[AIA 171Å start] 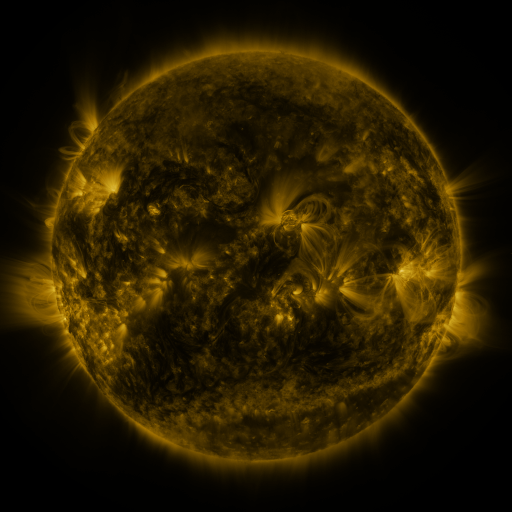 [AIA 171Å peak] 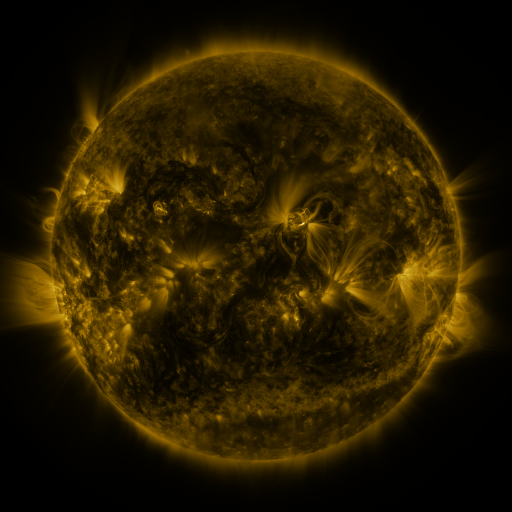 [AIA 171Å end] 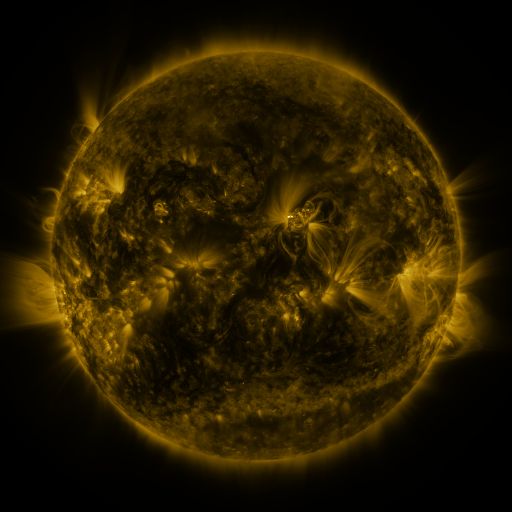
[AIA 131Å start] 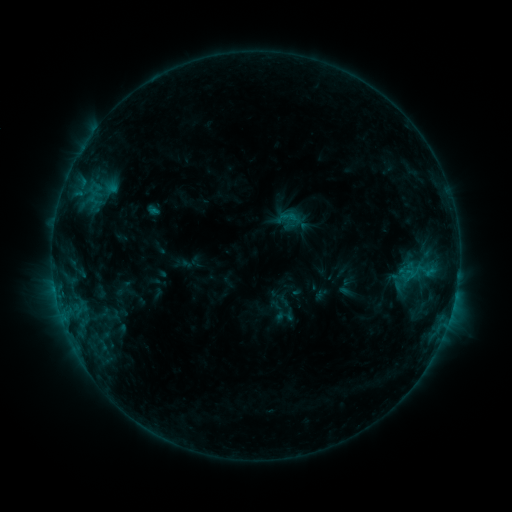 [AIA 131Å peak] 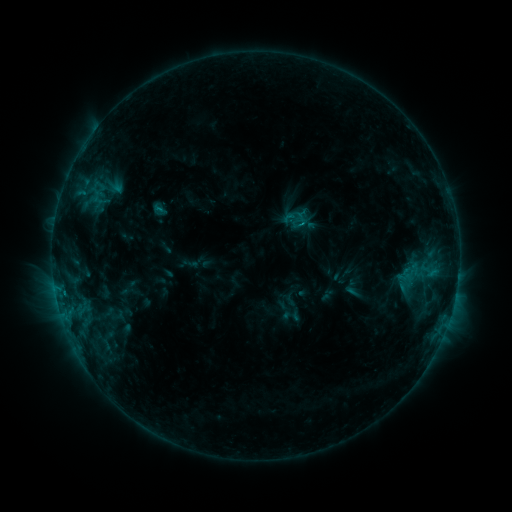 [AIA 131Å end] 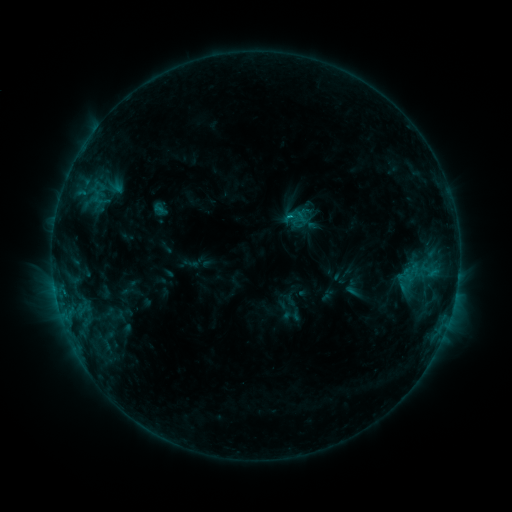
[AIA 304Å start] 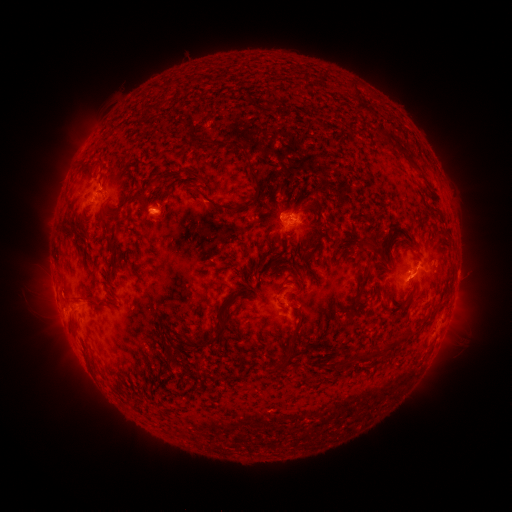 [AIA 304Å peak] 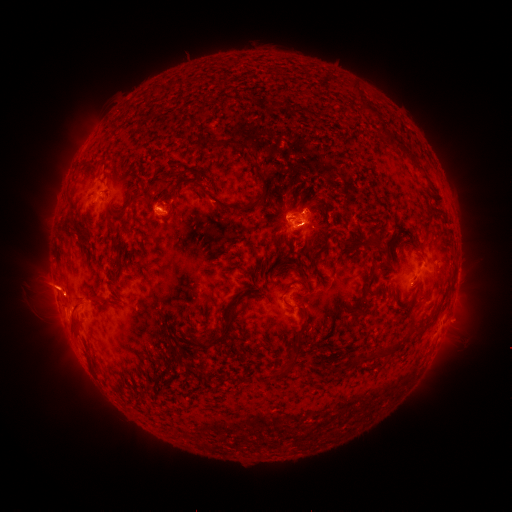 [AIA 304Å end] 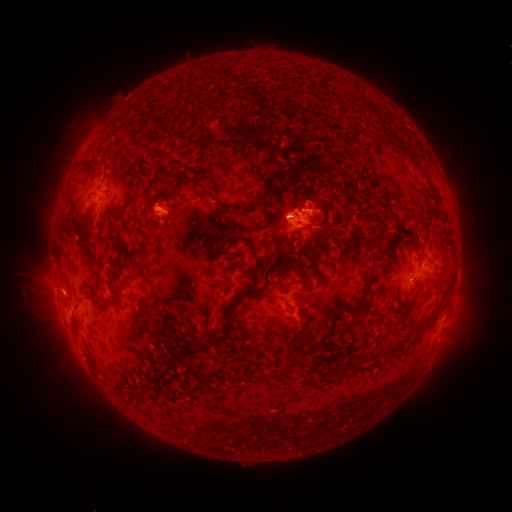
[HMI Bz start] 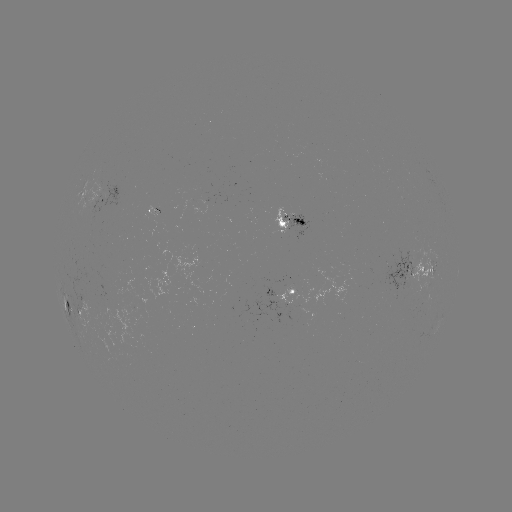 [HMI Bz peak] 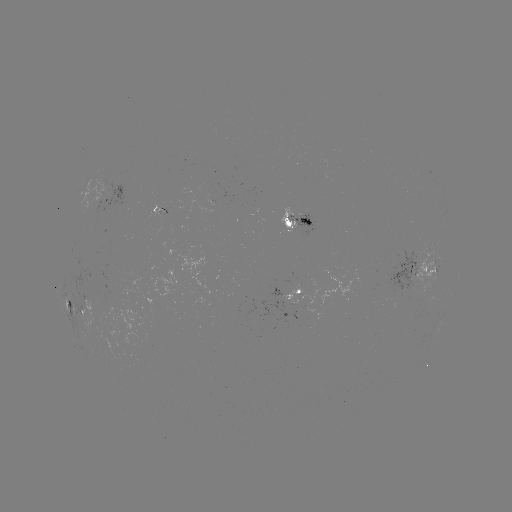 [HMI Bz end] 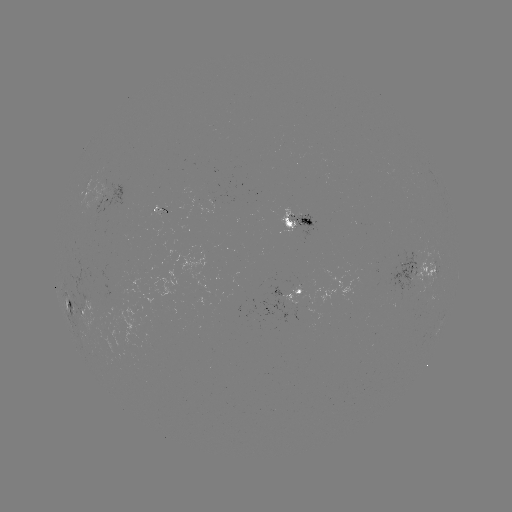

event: emerging-flux region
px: (98, 300)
